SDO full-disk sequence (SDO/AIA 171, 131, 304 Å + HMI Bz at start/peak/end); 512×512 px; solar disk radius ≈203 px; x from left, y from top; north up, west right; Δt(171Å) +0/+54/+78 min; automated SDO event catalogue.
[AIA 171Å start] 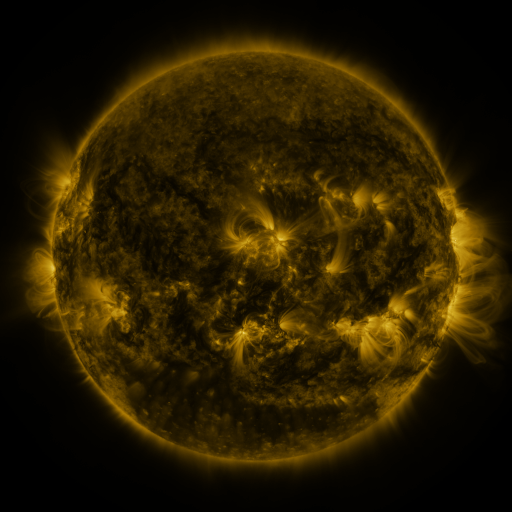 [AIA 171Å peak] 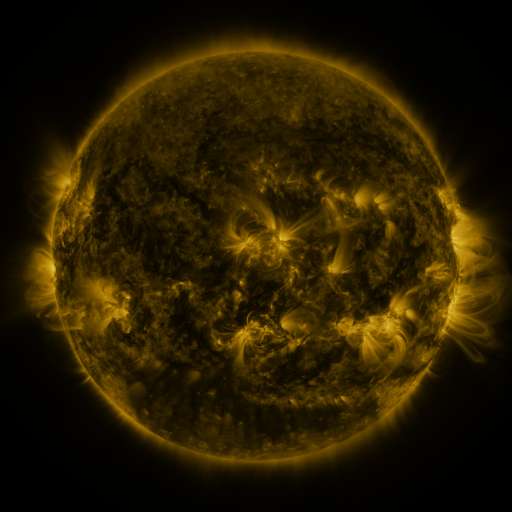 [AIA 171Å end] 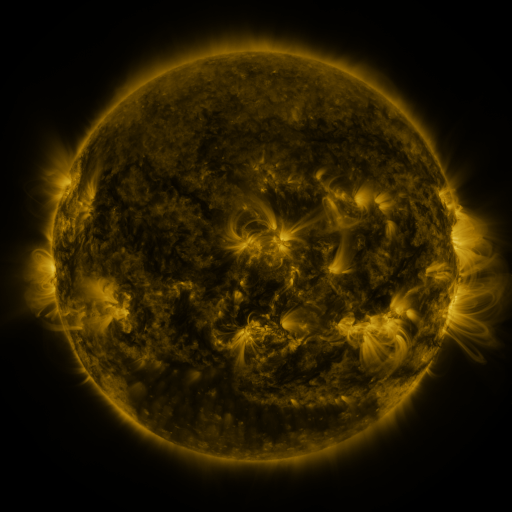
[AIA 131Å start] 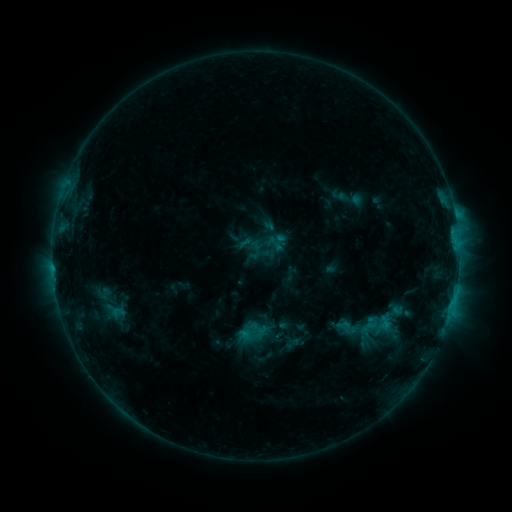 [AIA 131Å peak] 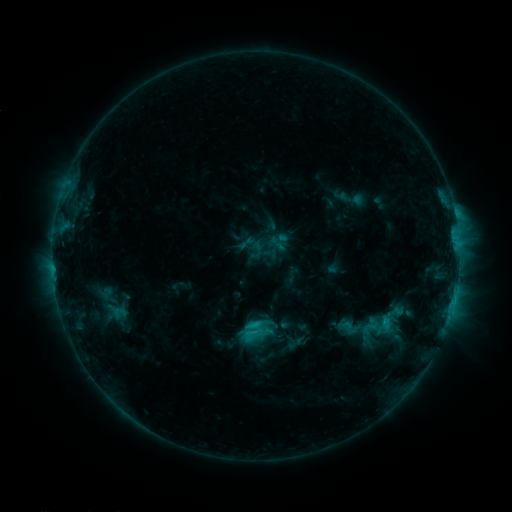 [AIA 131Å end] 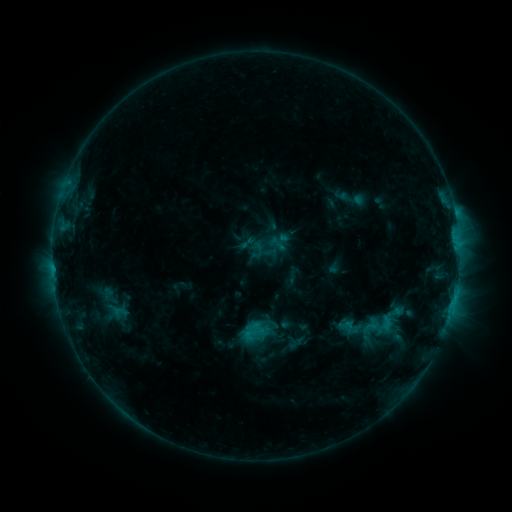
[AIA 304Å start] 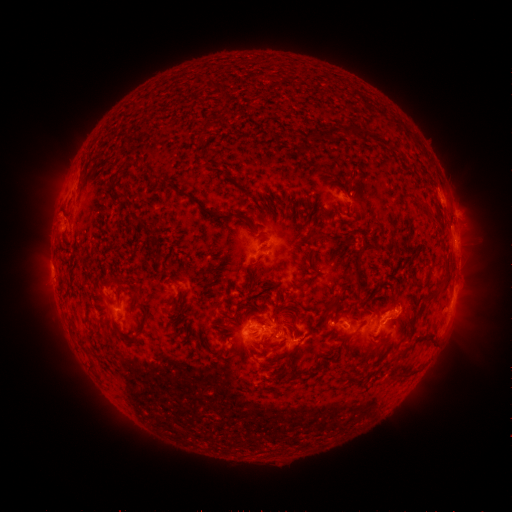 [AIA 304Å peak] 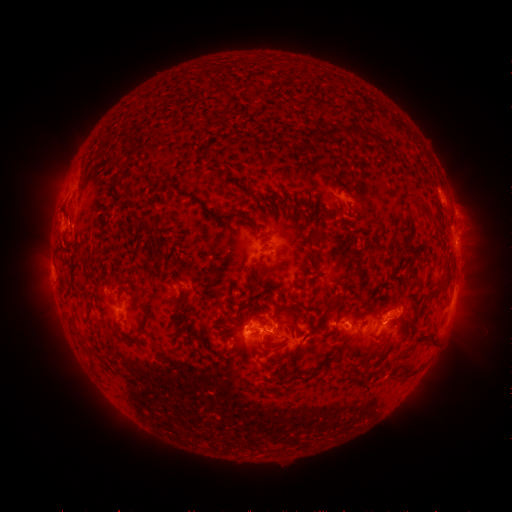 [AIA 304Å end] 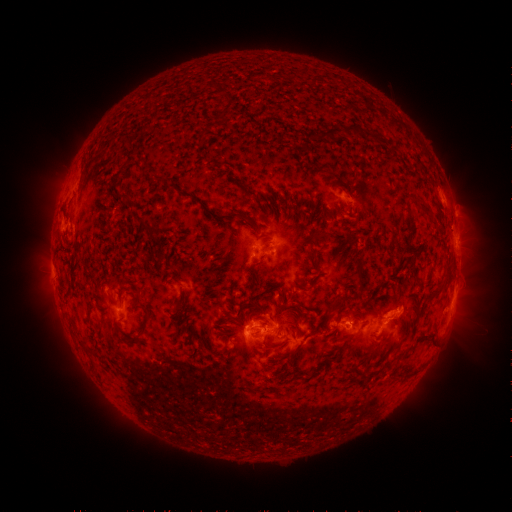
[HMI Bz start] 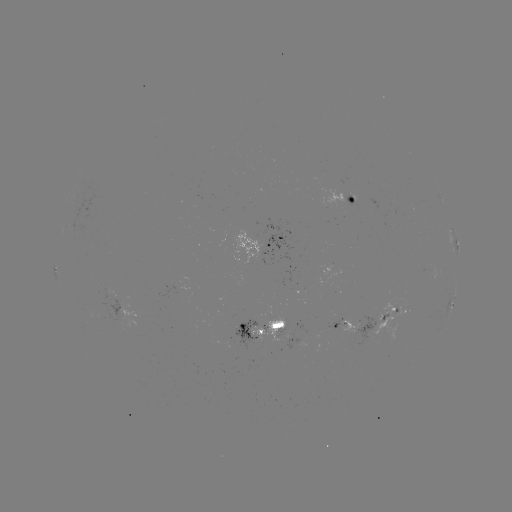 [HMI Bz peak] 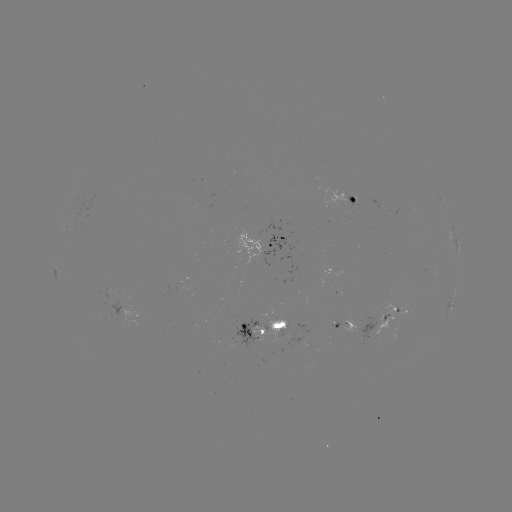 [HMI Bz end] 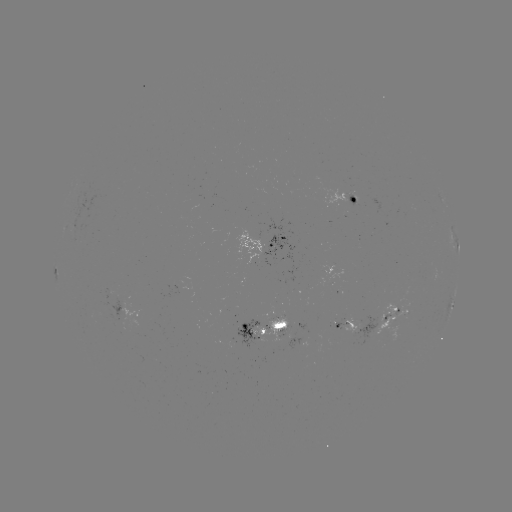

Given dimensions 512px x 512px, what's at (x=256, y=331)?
C2.3 flare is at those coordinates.